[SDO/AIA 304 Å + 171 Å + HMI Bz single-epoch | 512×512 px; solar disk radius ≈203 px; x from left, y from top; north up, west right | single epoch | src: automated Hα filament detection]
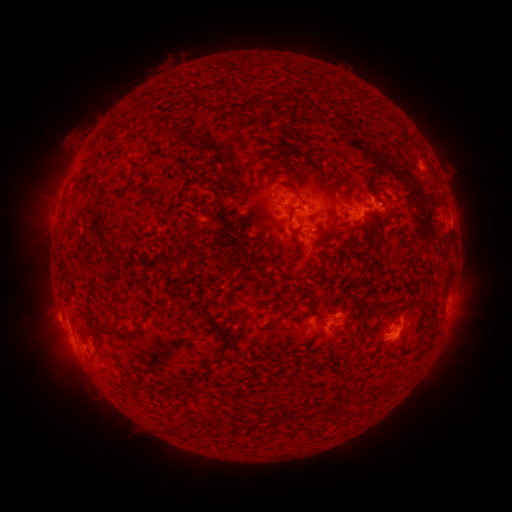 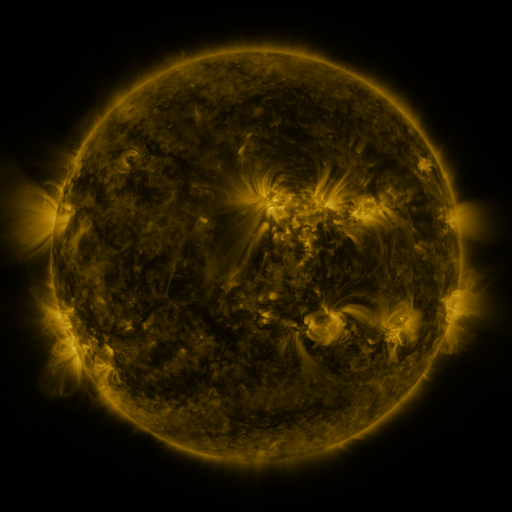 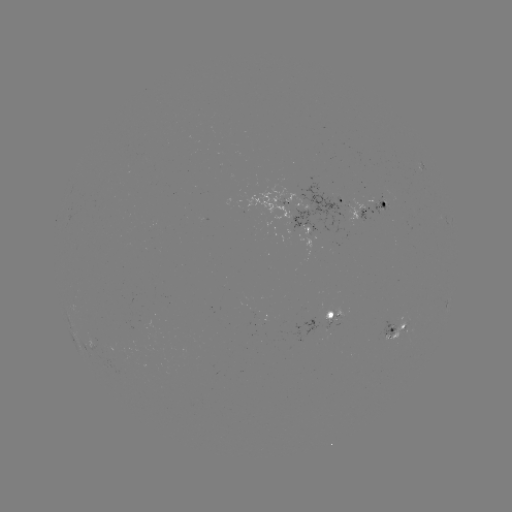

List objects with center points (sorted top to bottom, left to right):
filament: (302, 201)
filament: (289, 223)
filament: (98, 224)
filament: (199, 231)
filament: (329, 255)
filament: (175, 303)
filament: (312, 310)
filament: (431, 311)
filament: (427, 327)
filament: (96, 329)
filament: (222, 352)
